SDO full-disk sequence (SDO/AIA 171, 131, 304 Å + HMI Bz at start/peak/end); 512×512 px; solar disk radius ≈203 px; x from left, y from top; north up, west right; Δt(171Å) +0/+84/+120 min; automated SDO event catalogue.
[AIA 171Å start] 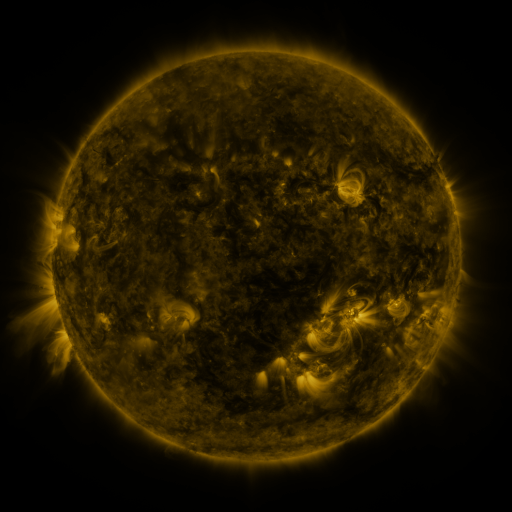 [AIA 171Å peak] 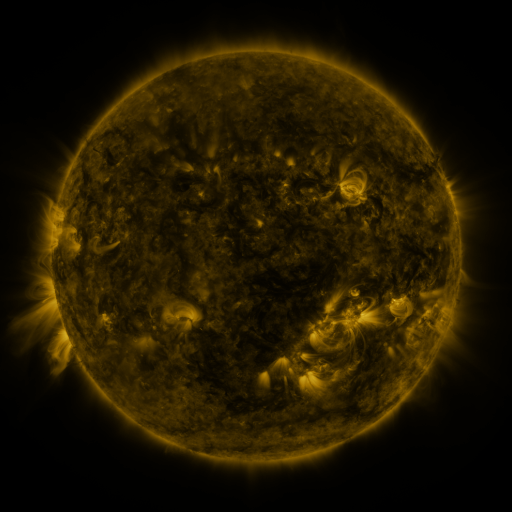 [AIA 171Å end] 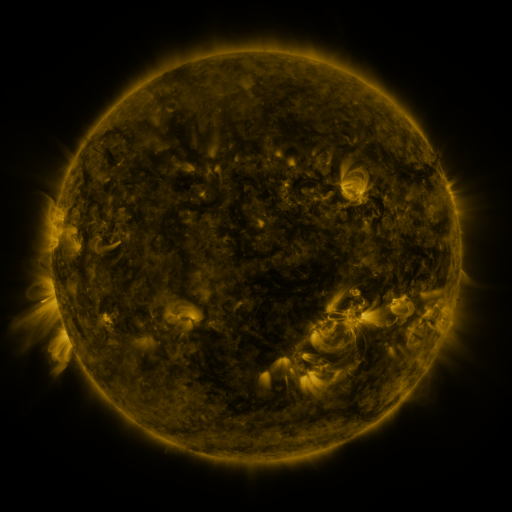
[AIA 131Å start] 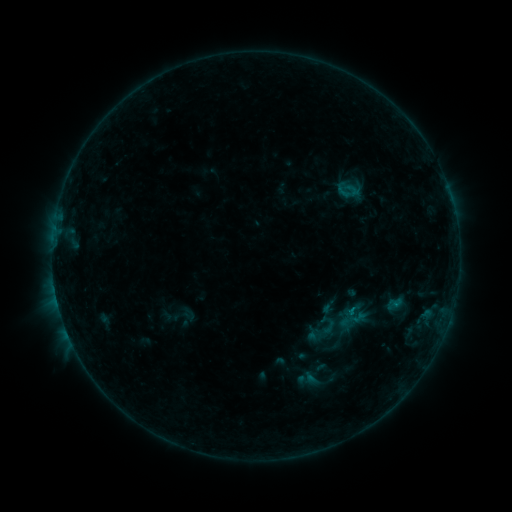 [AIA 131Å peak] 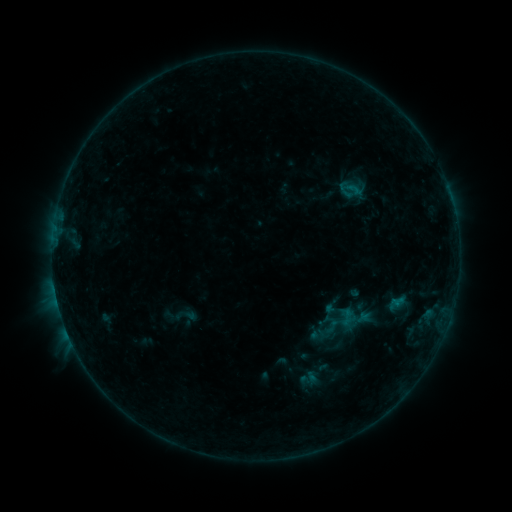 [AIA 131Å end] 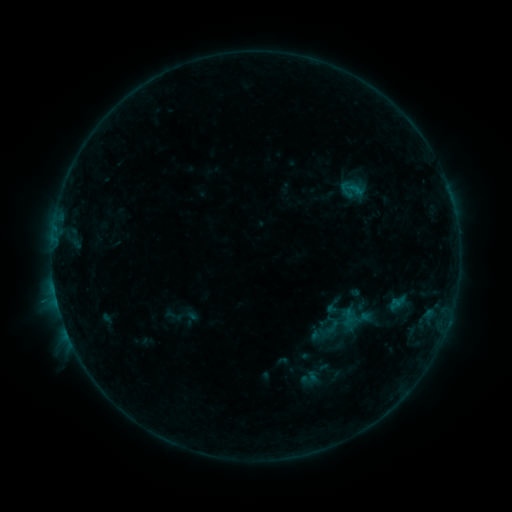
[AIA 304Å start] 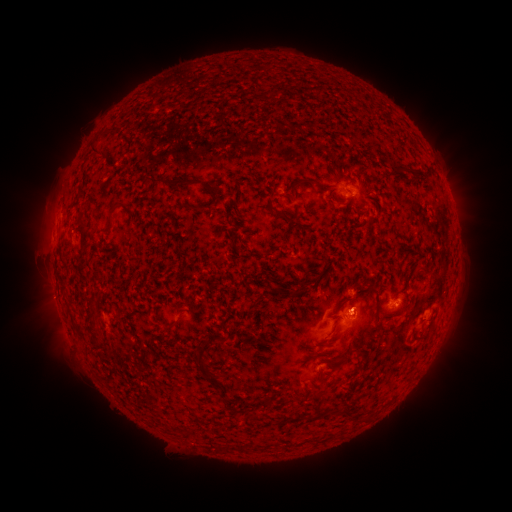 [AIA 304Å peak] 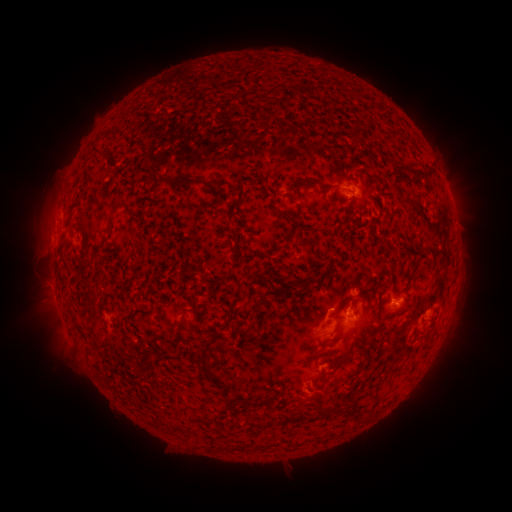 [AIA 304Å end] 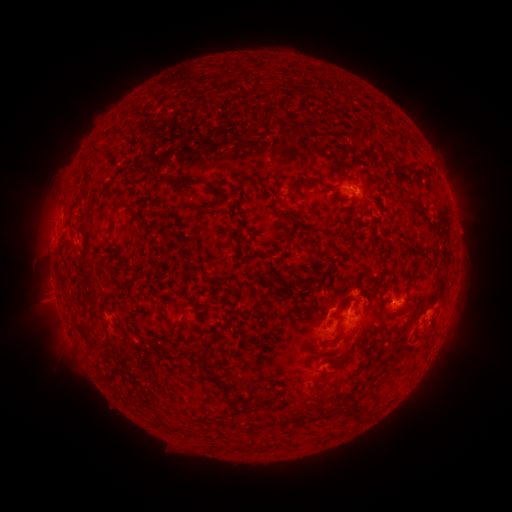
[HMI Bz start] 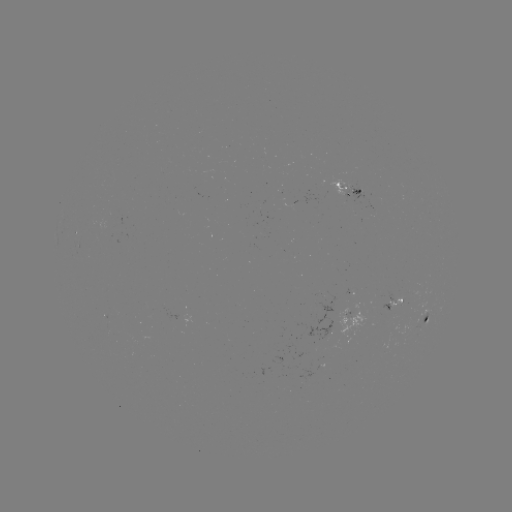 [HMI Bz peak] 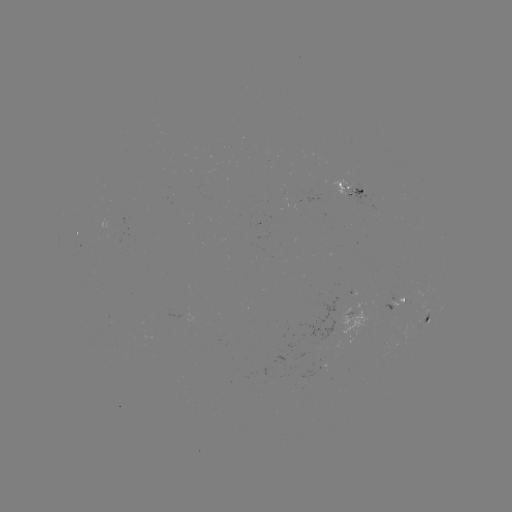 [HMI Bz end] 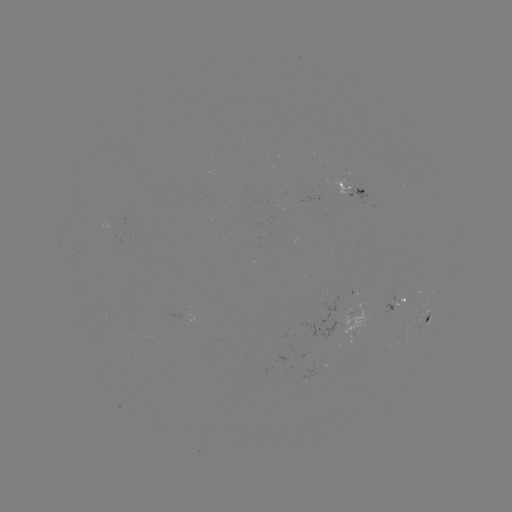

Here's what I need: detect emerging-flux region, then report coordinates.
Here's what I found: emerging-flux region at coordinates [335, 188].